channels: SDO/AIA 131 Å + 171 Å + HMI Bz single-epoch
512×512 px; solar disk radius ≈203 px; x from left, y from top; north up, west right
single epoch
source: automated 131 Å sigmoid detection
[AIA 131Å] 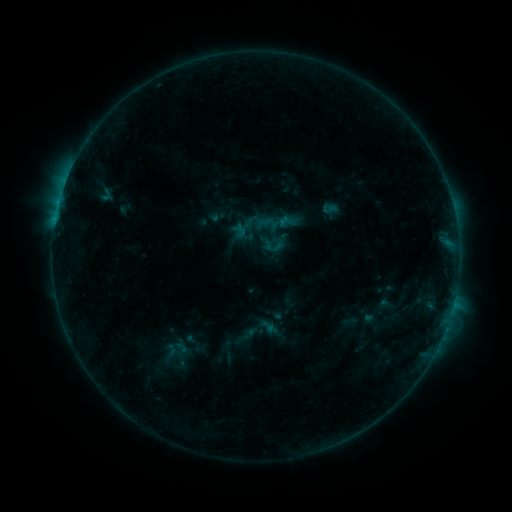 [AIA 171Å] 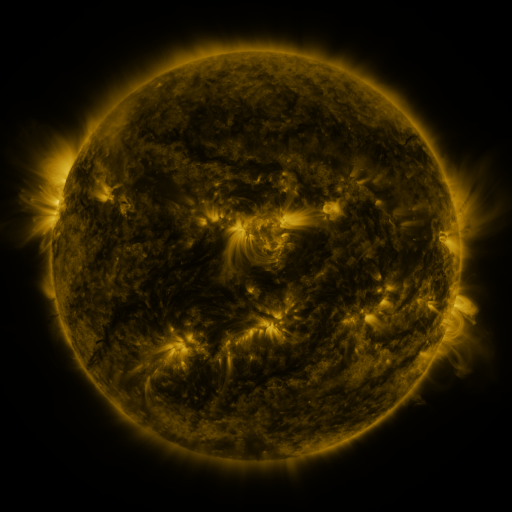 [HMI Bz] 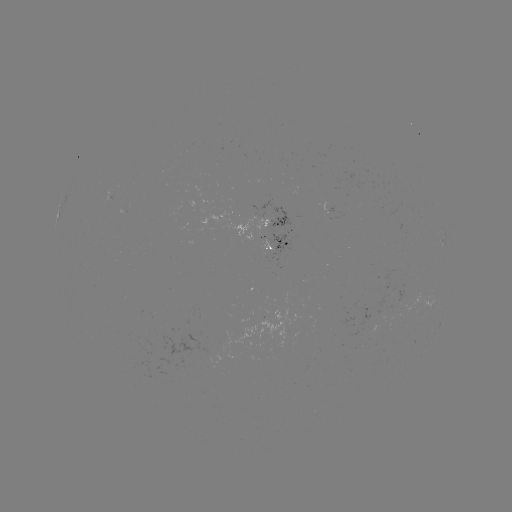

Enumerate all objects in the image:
sigmoid: (268, 326)
